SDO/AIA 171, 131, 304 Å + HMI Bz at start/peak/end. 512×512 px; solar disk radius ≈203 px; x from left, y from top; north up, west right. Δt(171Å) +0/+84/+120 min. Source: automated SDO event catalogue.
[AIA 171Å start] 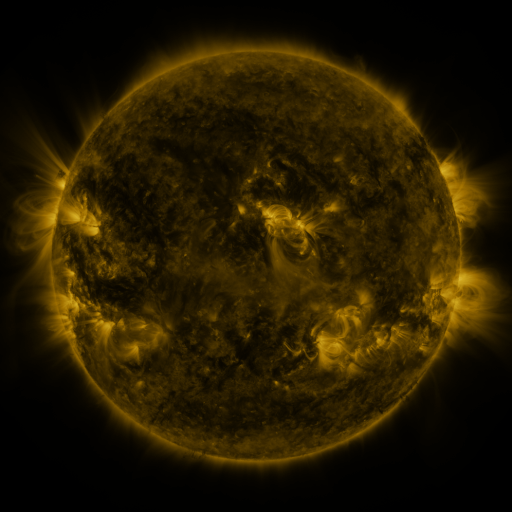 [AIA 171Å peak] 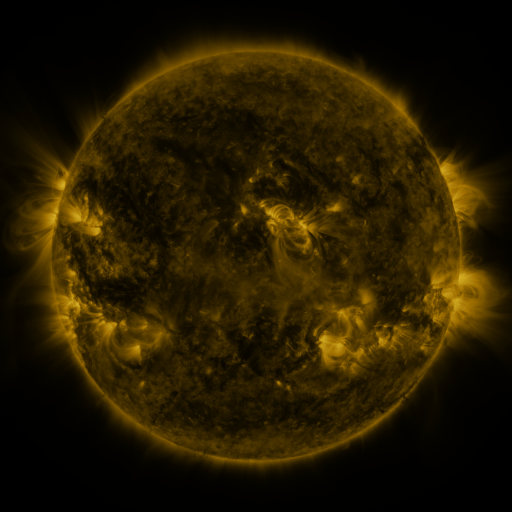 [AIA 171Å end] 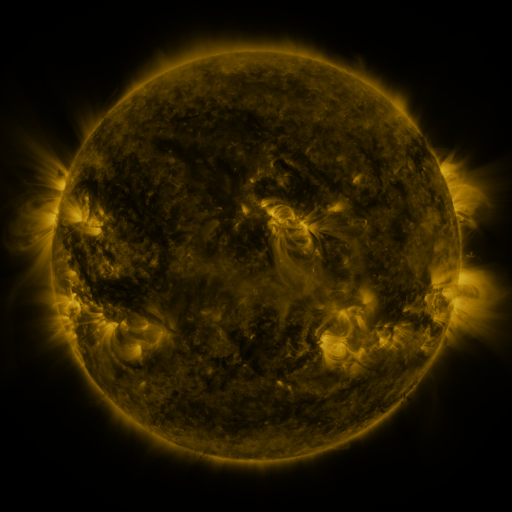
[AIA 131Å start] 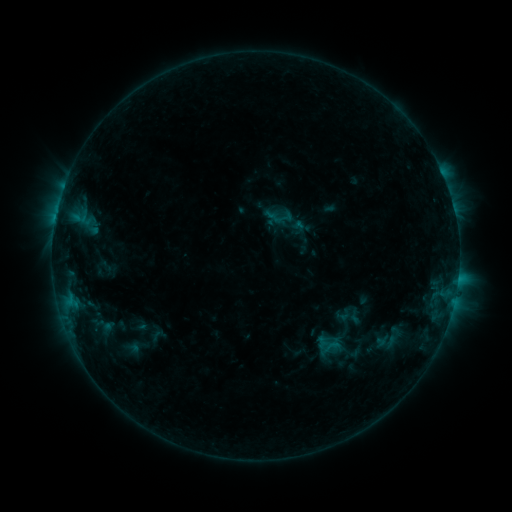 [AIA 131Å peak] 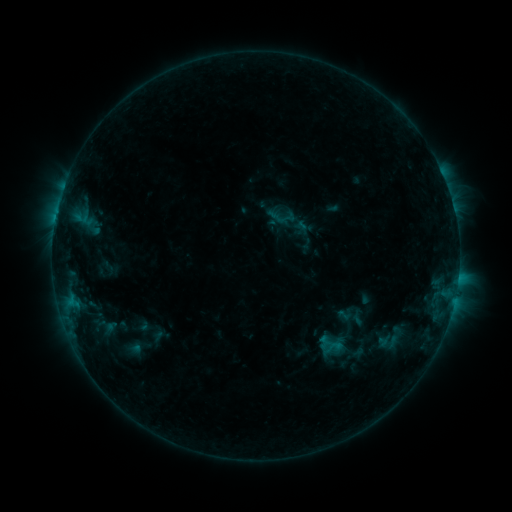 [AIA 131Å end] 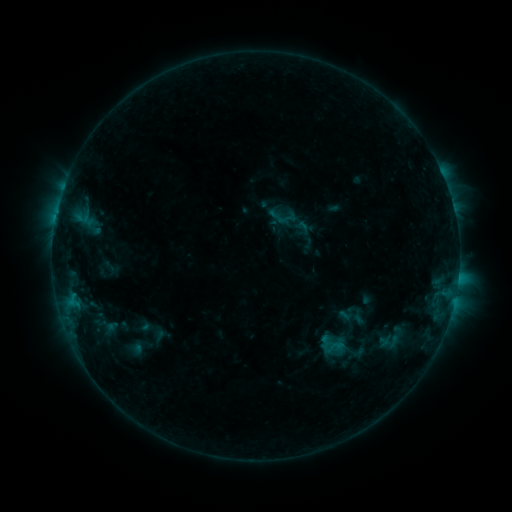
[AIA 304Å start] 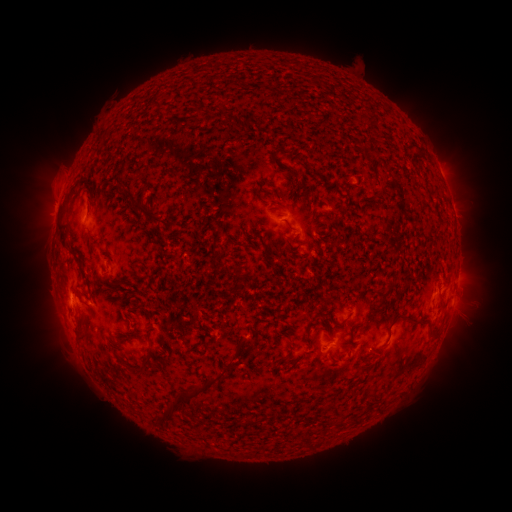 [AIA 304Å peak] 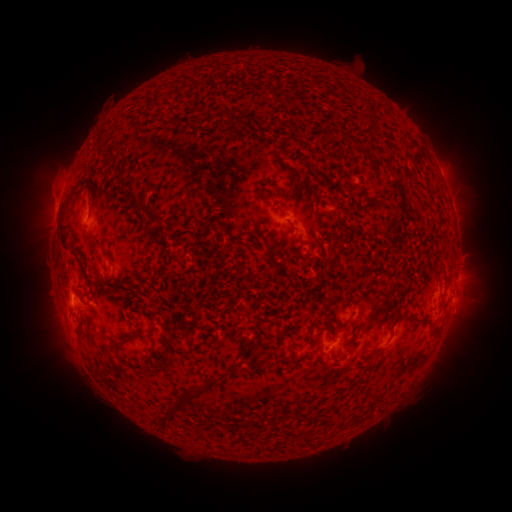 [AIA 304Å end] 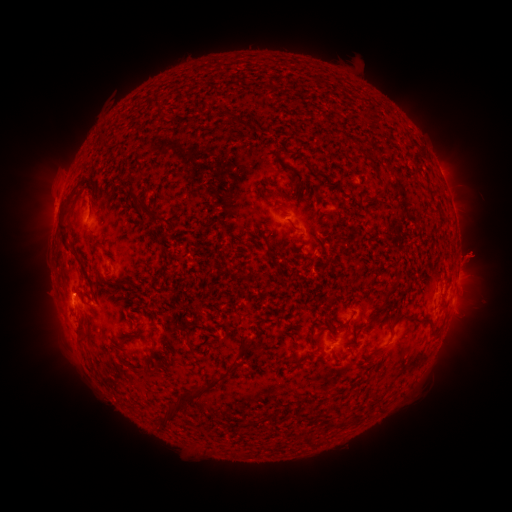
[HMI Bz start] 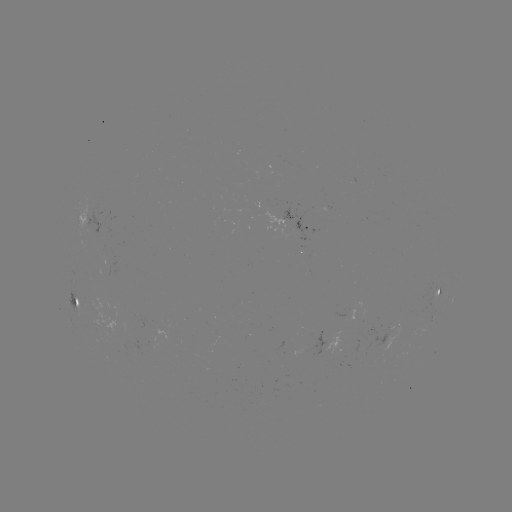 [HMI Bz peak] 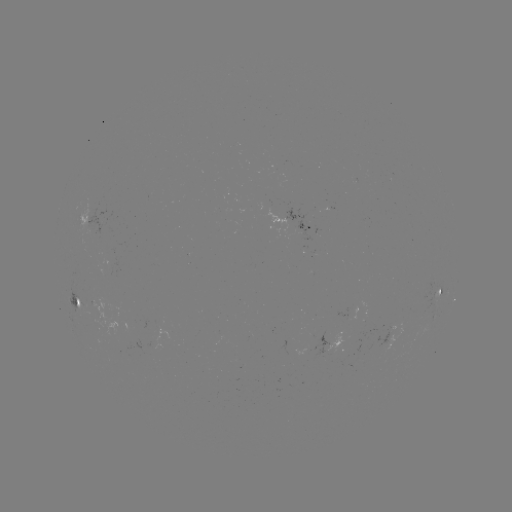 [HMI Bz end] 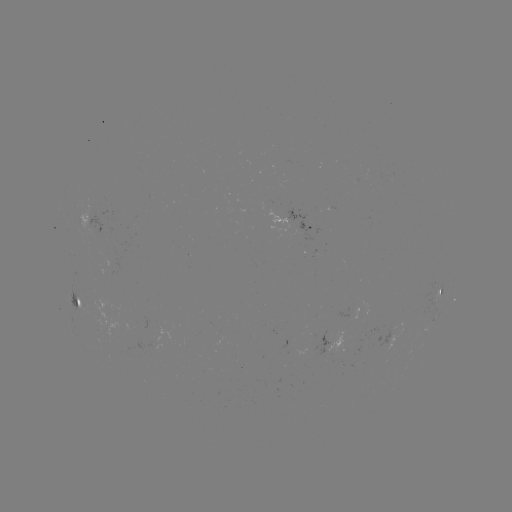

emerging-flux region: <bbox>337, 308, 350, 320</bbox>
